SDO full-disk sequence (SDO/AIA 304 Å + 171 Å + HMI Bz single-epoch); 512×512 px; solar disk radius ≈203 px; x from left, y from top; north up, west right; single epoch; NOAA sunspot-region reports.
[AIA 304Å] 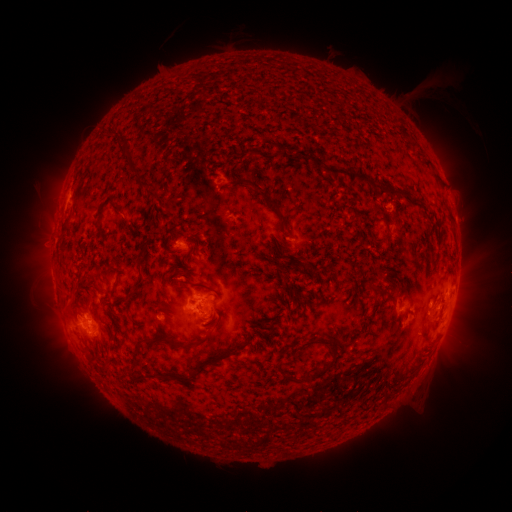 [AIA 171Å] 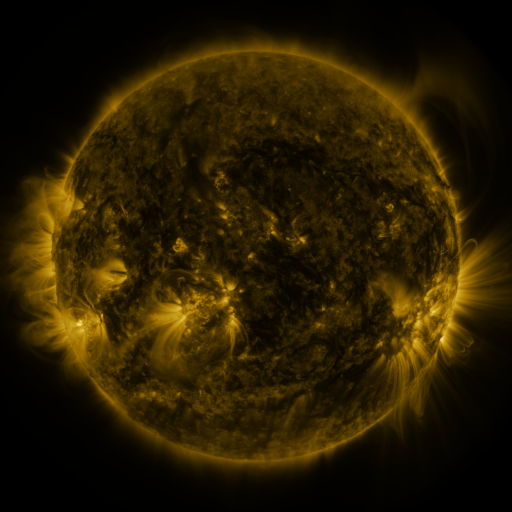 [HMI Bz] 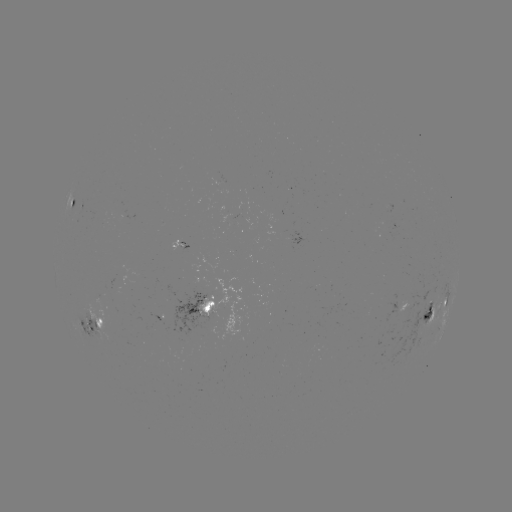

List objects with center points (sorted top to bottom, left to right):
spotted active region: (78, 209)
spotted active region: (186, 243)
spotted active region: (211, 310)
spotted active region: (439, 310)
spotted active region: (163, 317)
spotted active region: (102, 325)
